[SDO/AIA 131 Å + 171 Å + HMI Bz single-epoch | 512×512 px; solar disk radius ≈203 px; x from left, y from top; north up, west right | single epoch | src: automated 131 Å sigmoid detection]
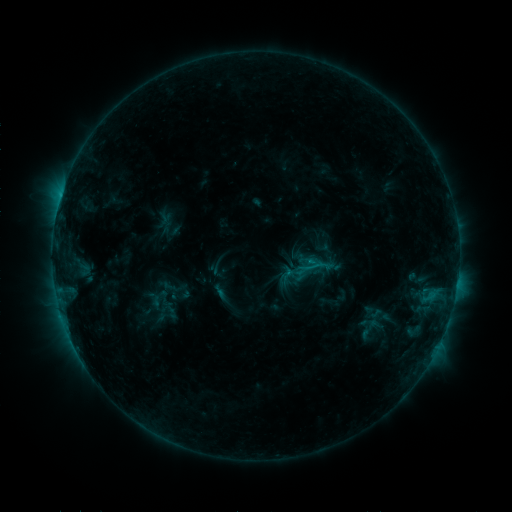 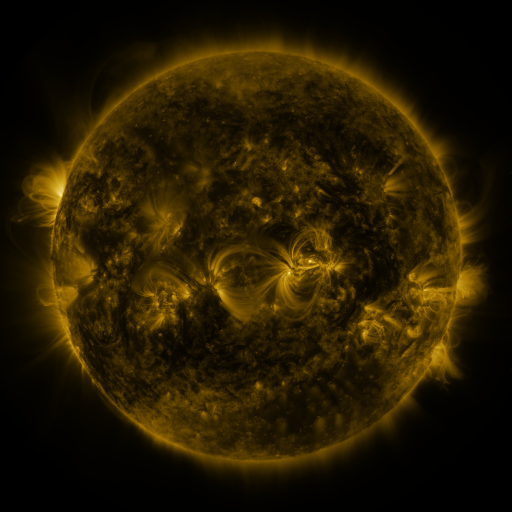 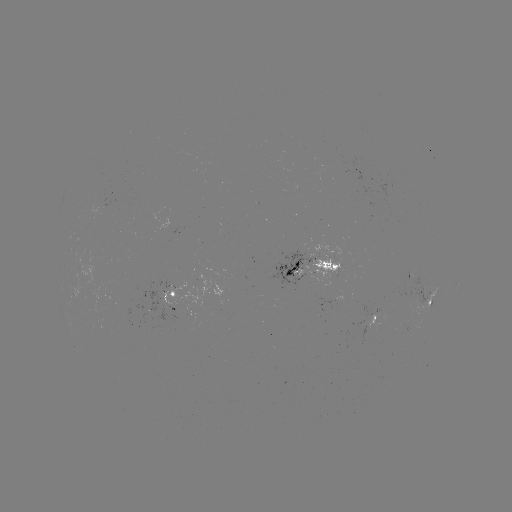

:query sigmoid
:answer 369,328